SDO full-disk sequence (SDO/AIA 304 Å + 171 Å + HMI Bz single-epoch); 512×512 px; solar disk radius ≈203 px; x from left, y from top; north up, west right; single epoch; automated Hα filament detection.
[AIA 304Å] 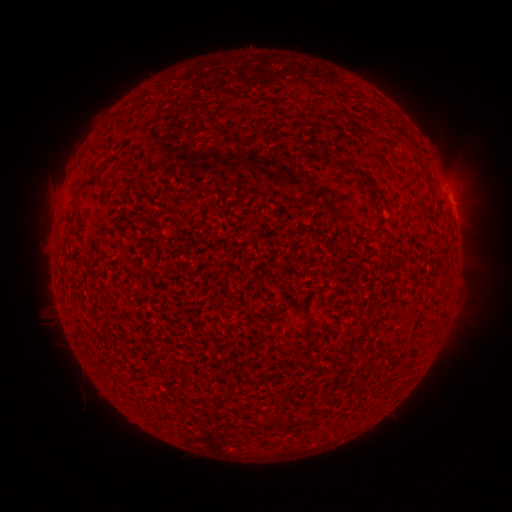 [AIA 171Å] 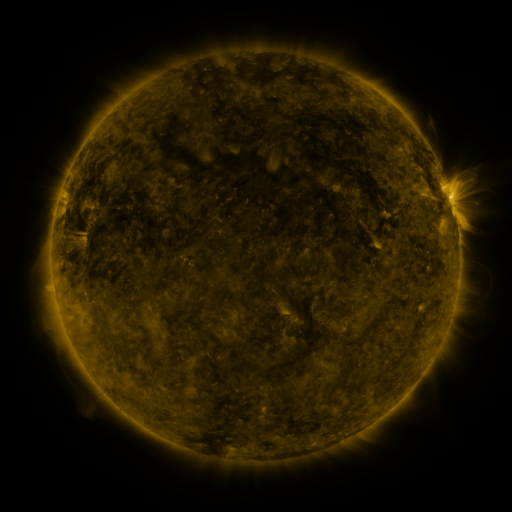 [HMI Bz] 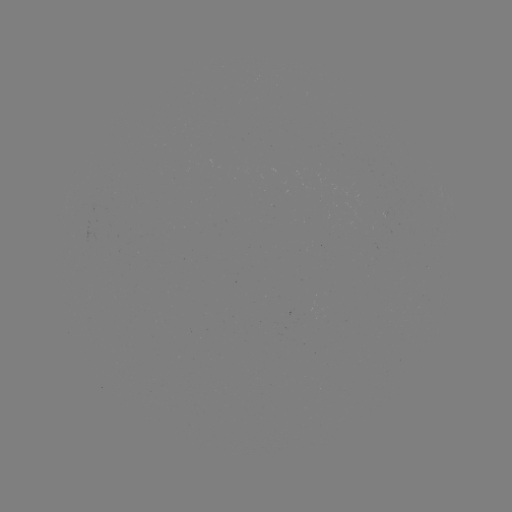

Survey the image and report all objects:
filament: (354, 170)
filament: (80, 186)
filament: (377, 197)
filament: (306, 322)
